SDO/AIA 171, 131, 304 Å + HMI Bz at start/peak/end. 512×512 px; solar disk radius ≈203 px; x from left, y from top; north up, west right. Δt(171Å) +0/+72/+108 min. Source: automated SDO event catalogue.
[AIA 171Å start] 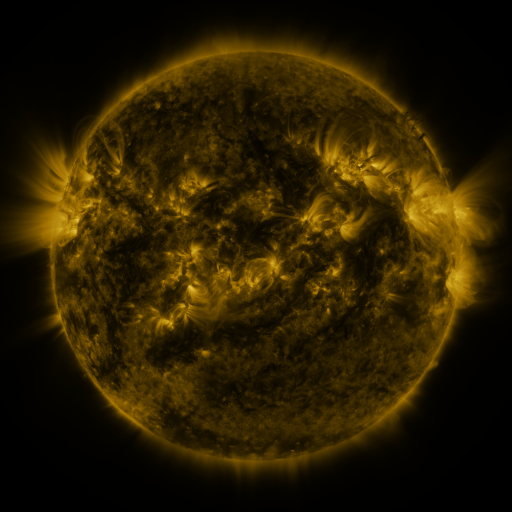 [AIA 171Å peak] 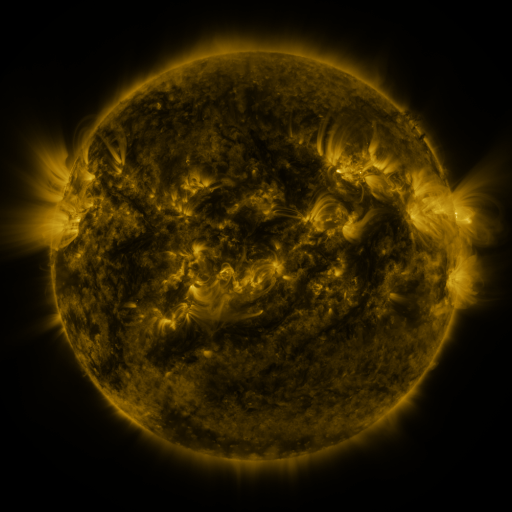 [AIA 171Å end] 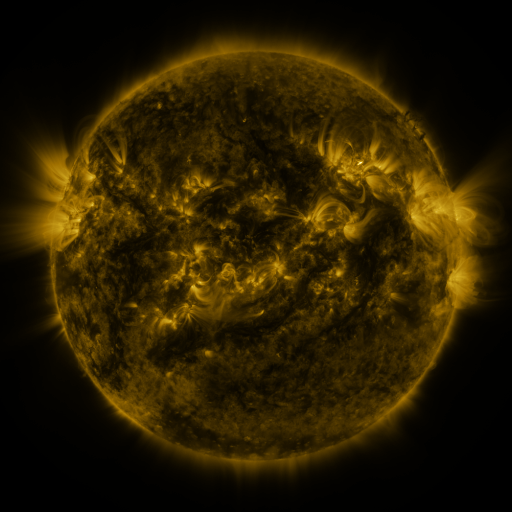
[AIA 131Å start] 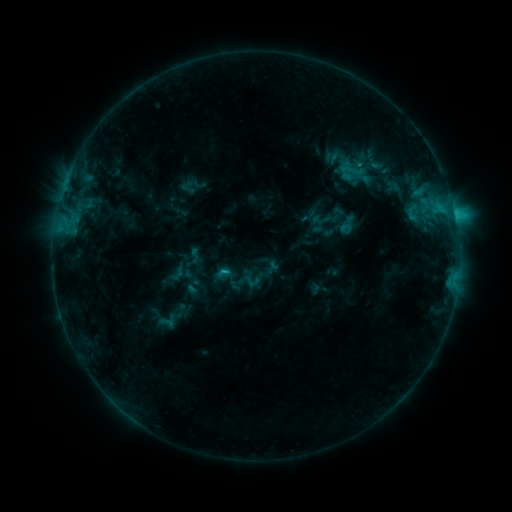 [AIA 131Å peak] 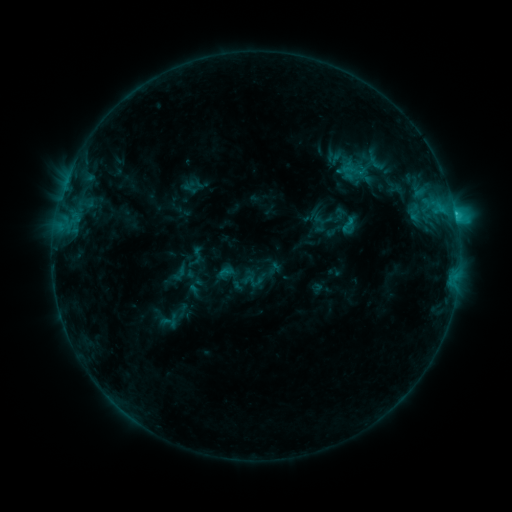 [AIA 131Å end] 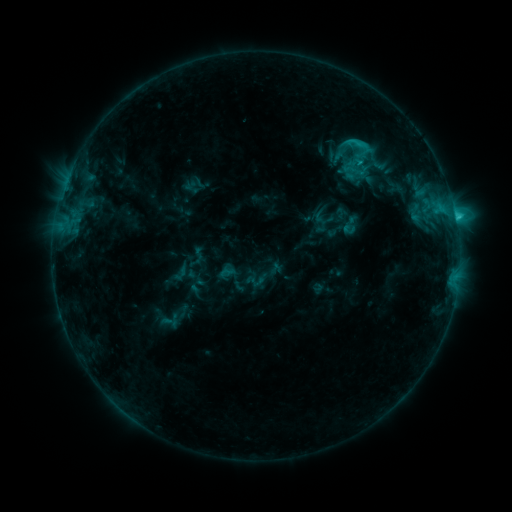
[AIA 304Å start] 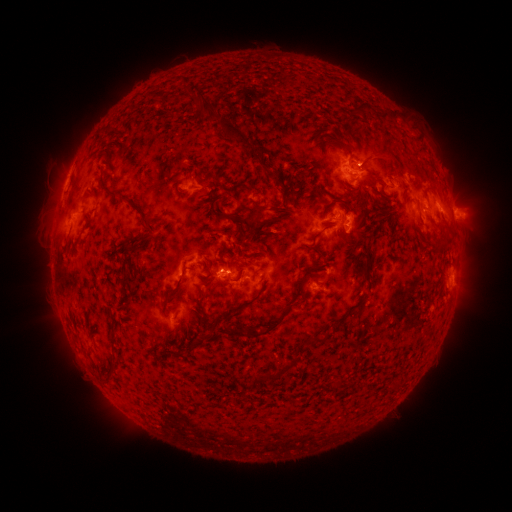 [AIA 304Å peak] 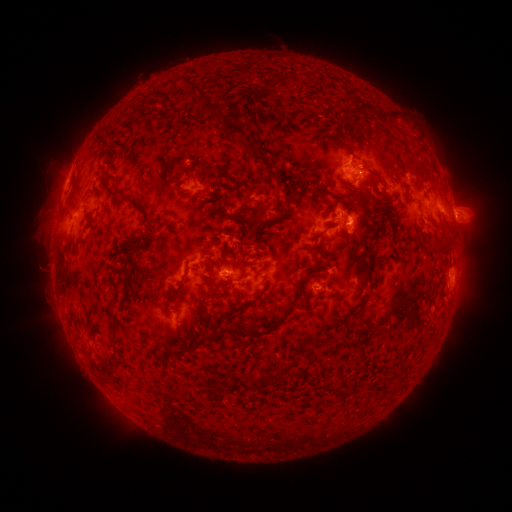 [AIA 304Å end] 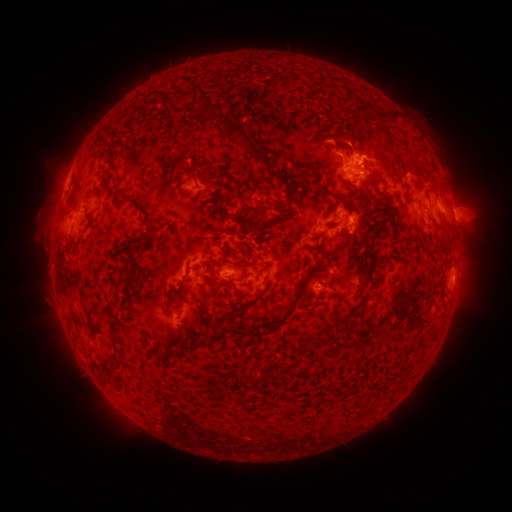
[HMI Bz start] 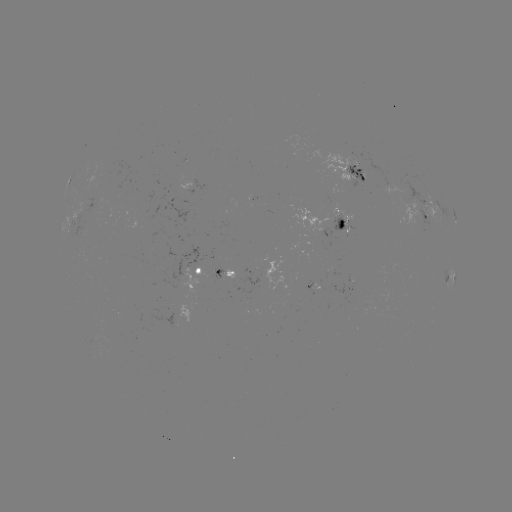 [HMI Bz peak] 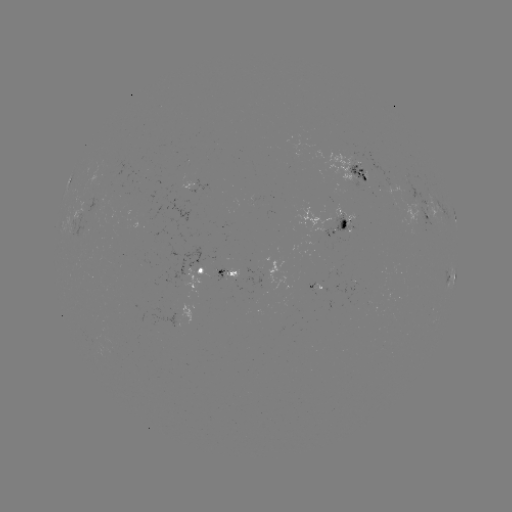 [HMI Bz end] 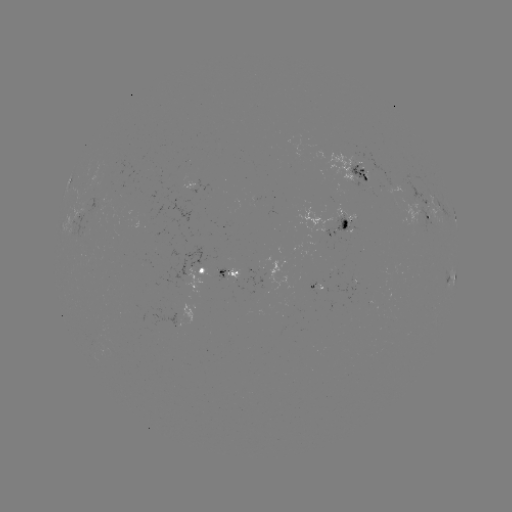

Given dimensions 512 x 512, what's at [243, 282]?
emerging-flux region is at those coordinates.